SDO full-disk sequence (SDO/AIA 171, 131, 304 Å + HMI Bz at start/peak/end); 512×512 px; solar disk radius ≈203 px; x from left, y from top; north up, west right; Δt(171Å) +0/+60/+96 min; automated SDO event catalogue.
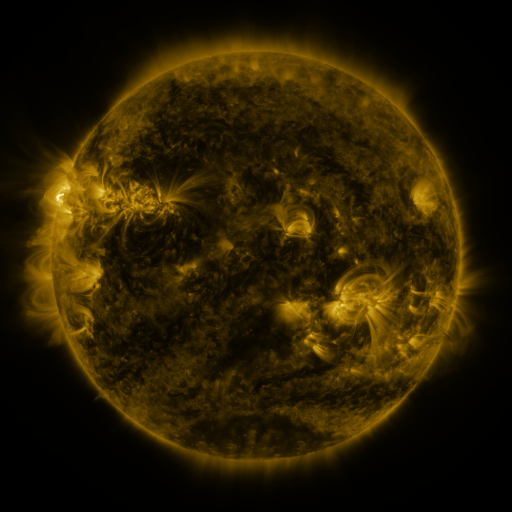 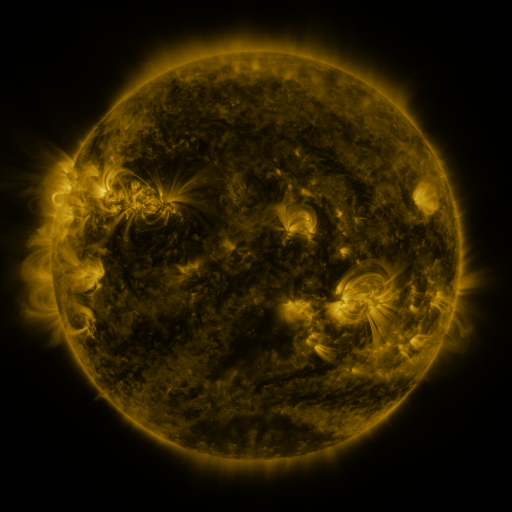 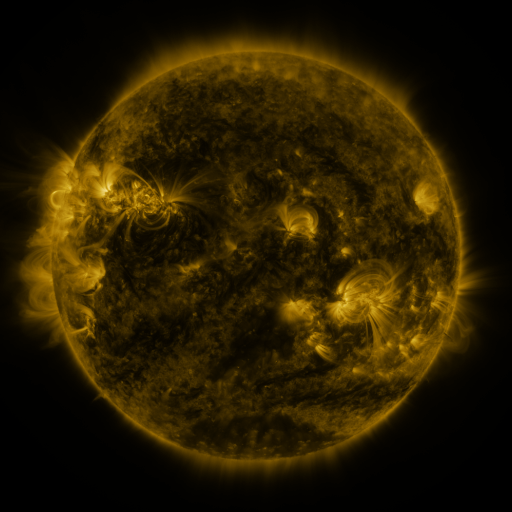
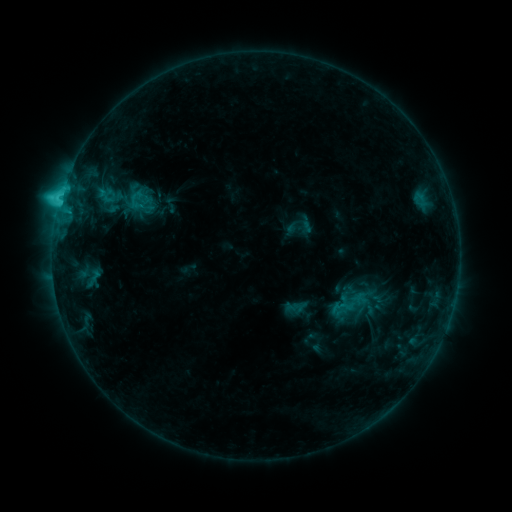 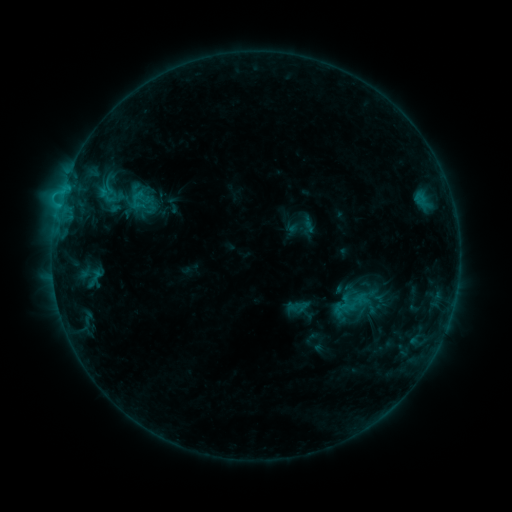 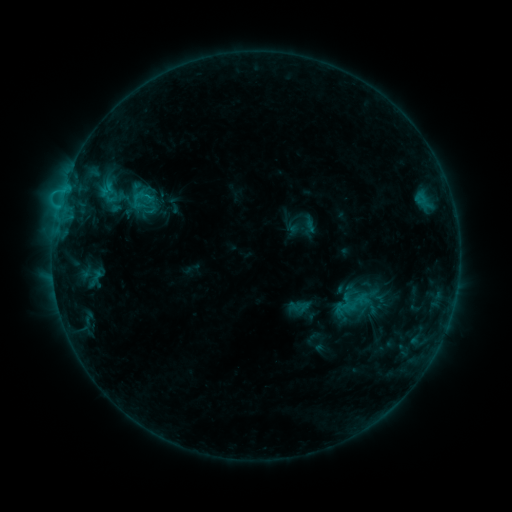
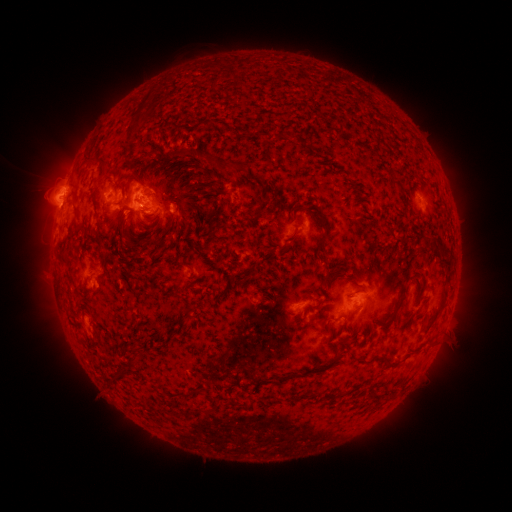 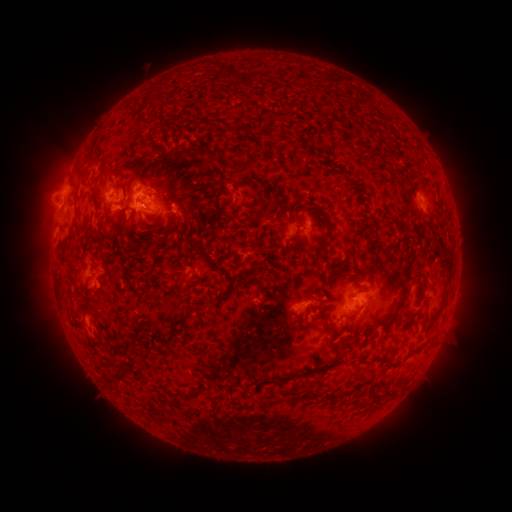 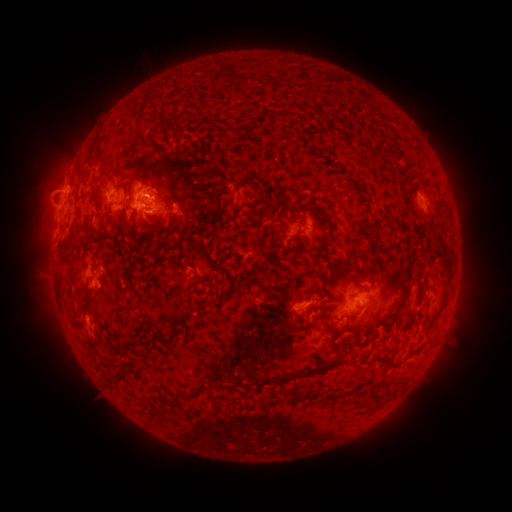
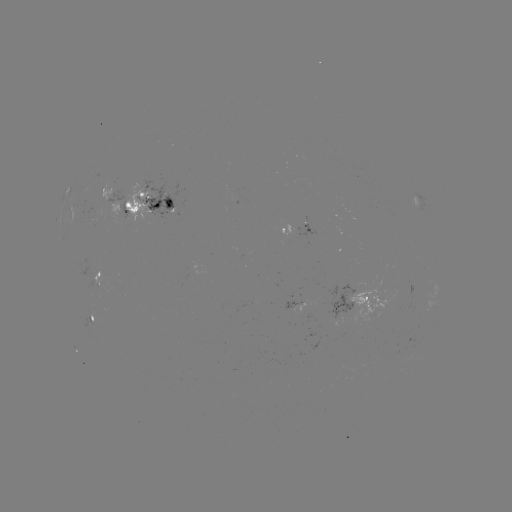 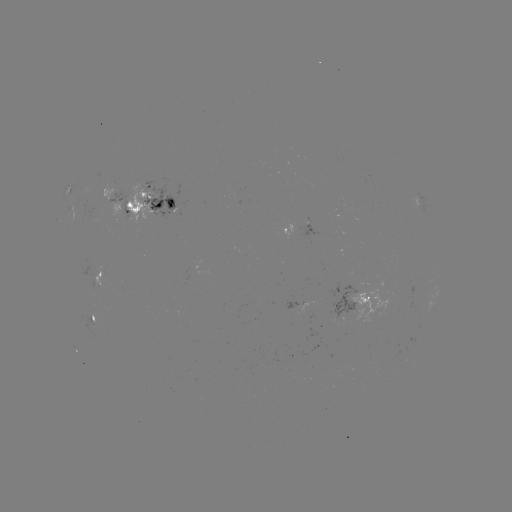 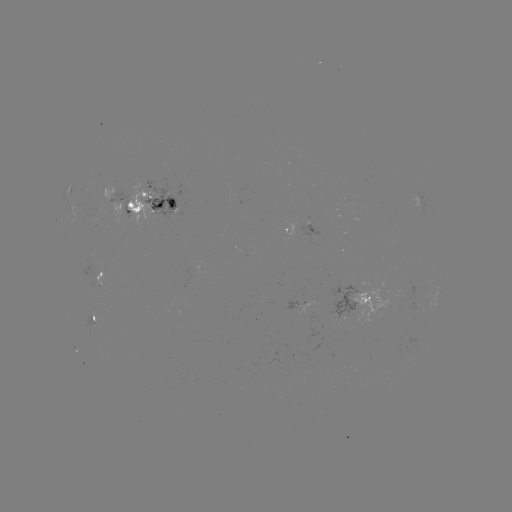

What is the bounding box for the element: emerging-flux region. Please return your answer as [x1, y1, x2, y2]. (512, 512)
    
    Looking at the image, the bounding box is [327, 285, 352, 326].